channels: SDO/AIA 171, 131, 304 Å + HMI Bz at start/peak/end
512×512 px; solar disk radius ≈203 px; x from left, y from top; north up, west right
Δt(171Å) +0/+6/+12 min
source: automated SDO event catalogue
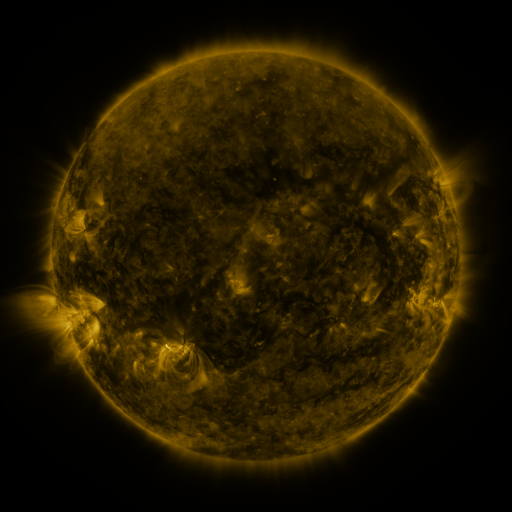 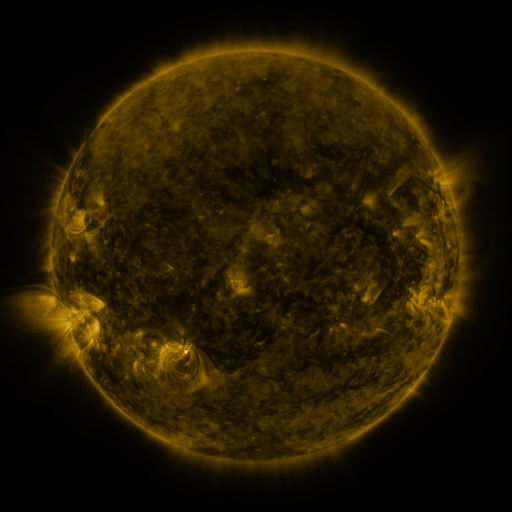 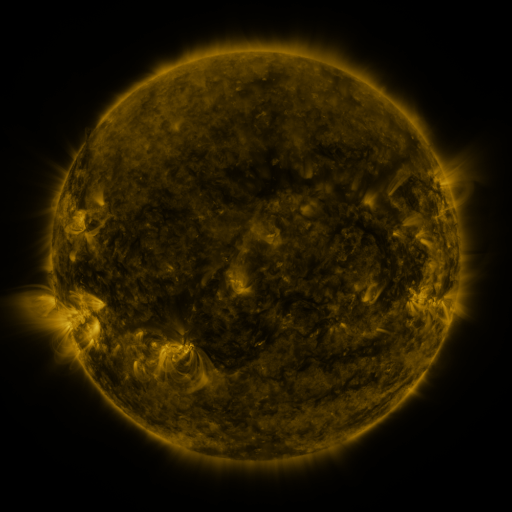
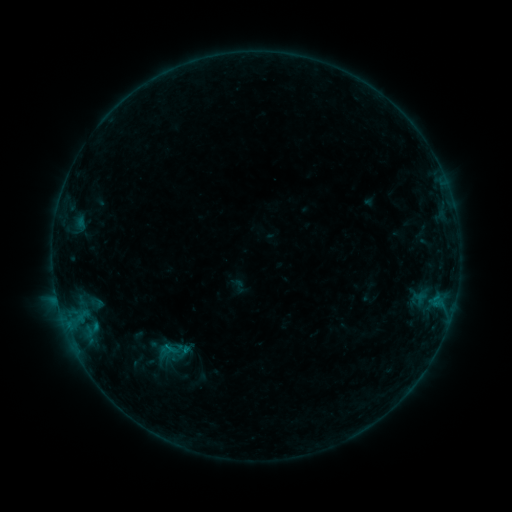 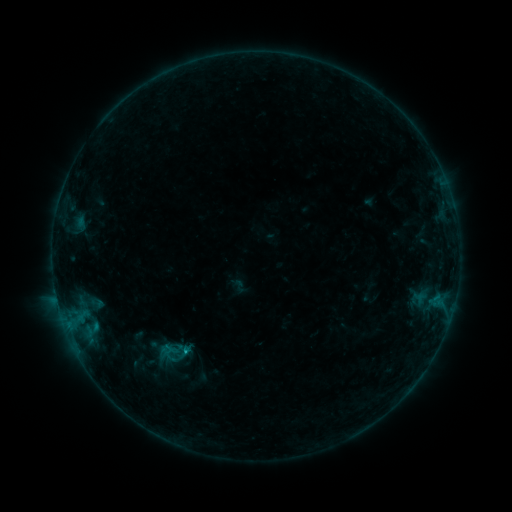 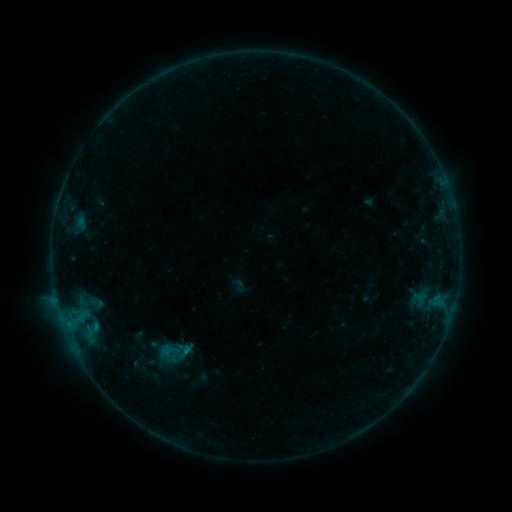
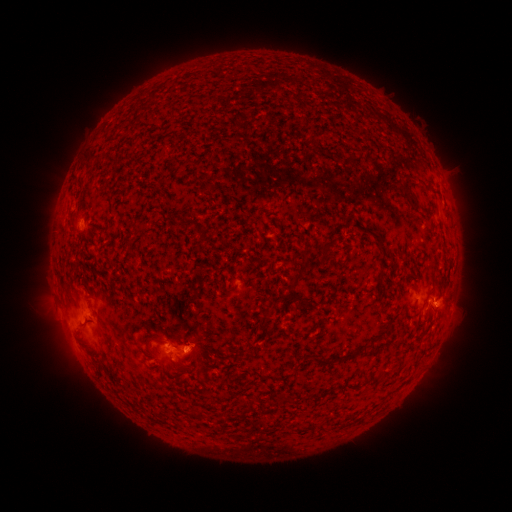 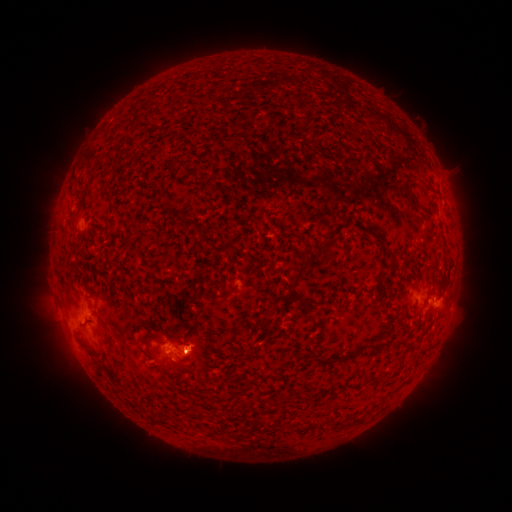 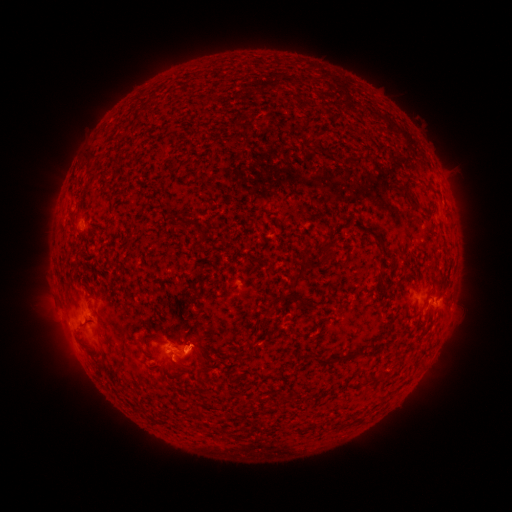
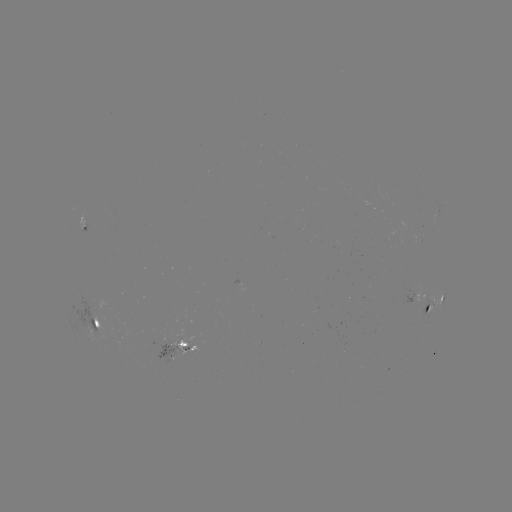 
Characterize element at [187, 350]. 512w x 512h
B6.0 flare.